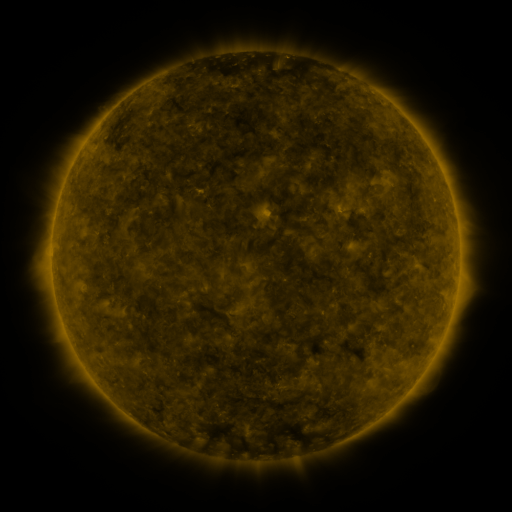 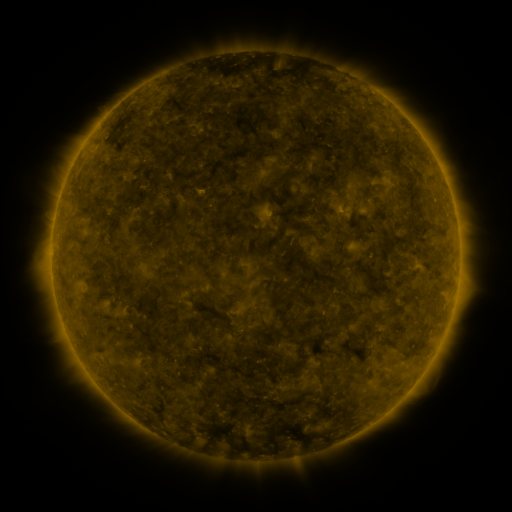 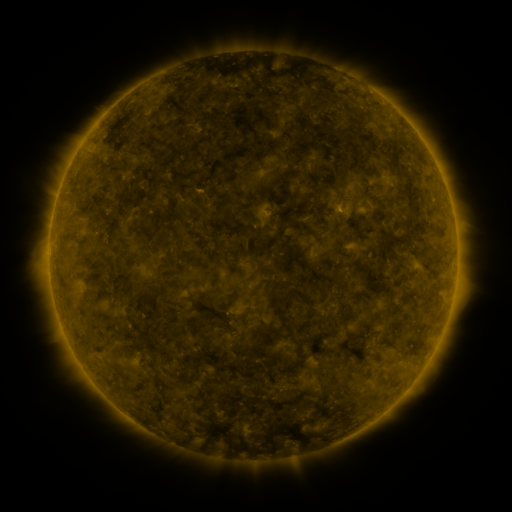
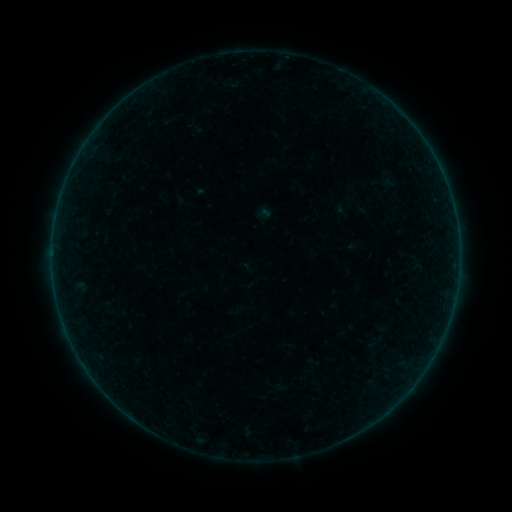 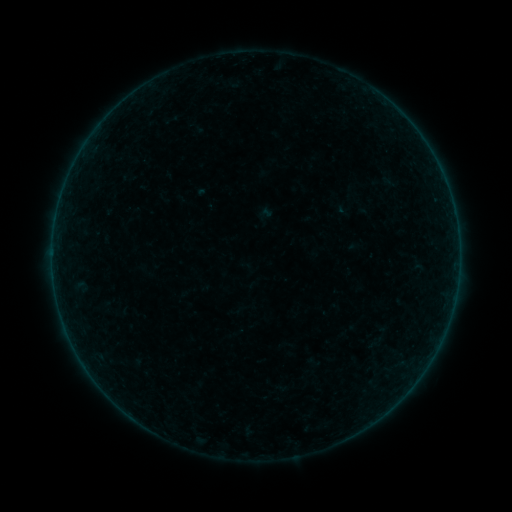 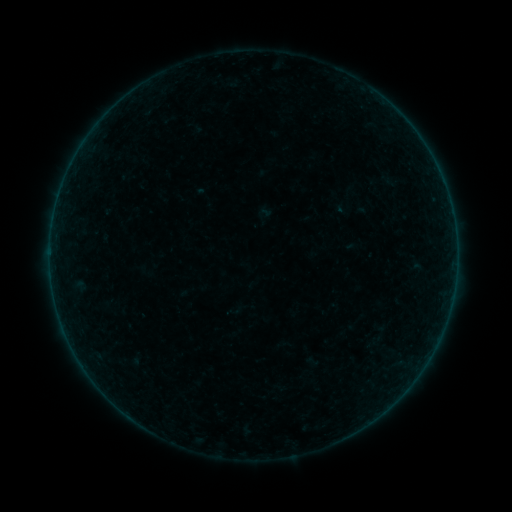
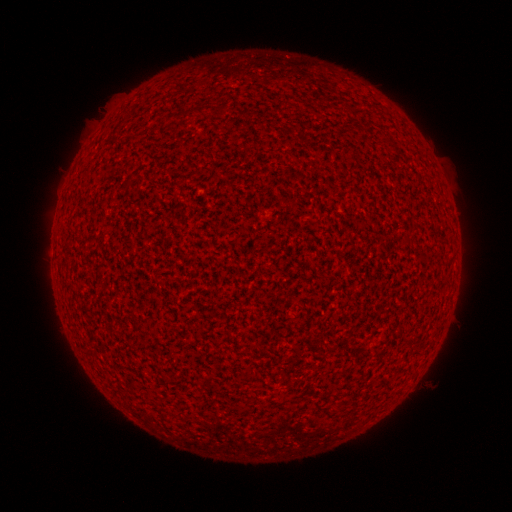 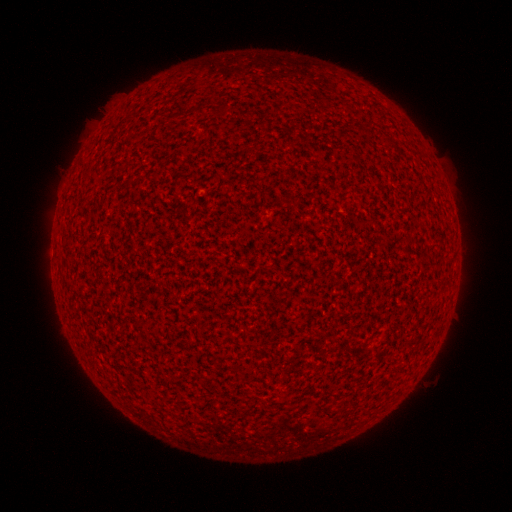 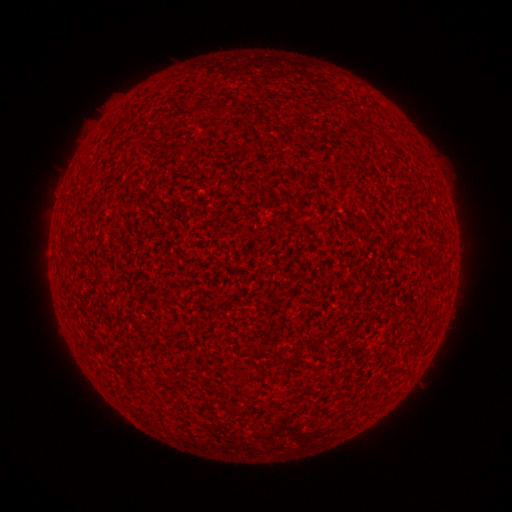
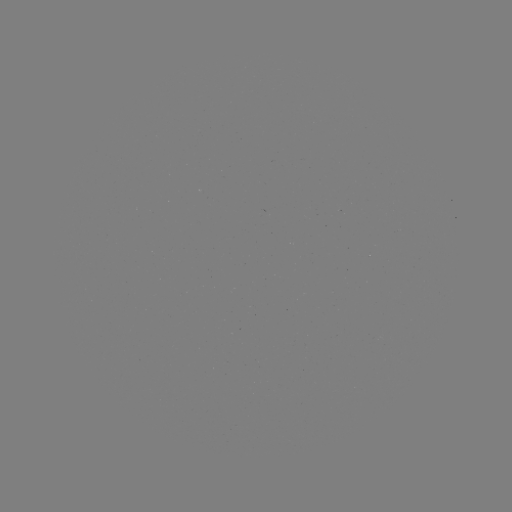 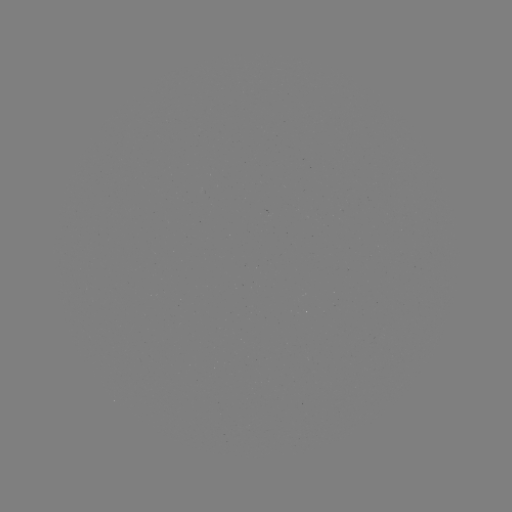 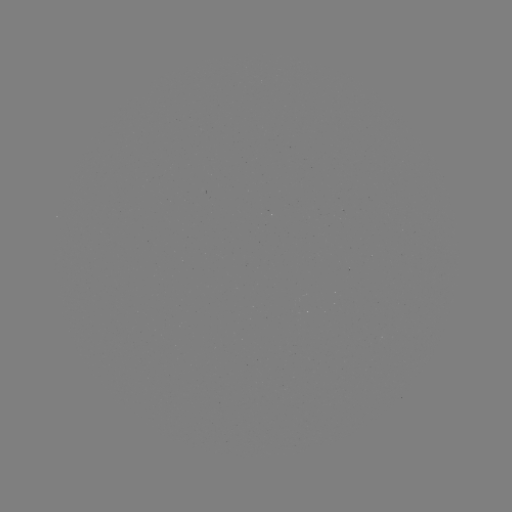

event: flare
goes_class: A7.1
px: (341, 212)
